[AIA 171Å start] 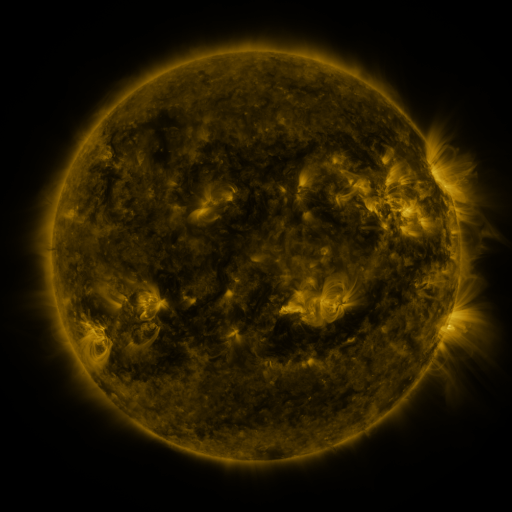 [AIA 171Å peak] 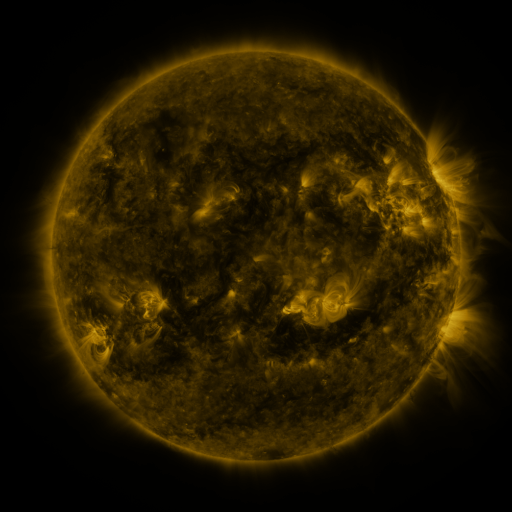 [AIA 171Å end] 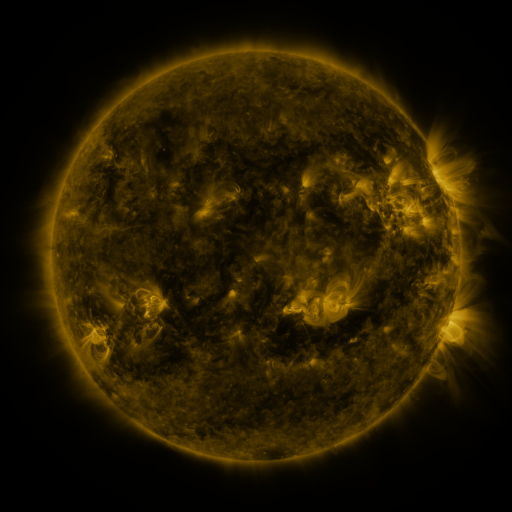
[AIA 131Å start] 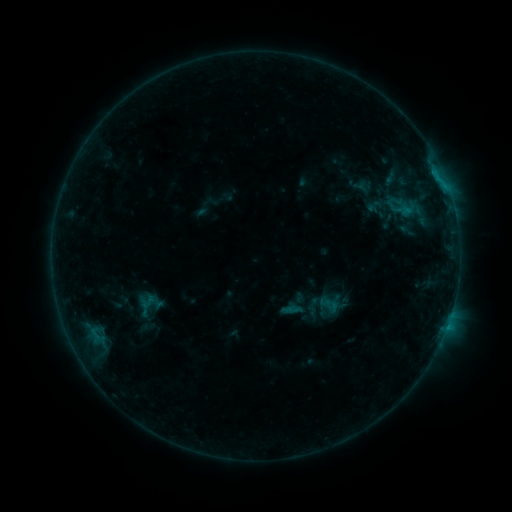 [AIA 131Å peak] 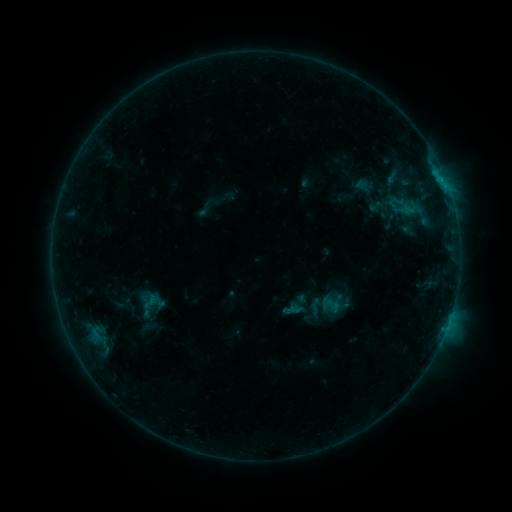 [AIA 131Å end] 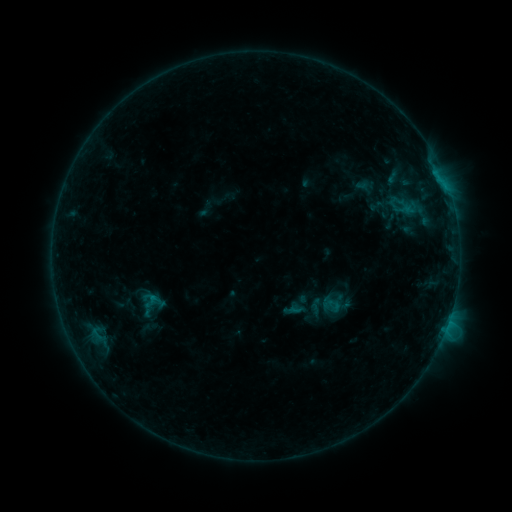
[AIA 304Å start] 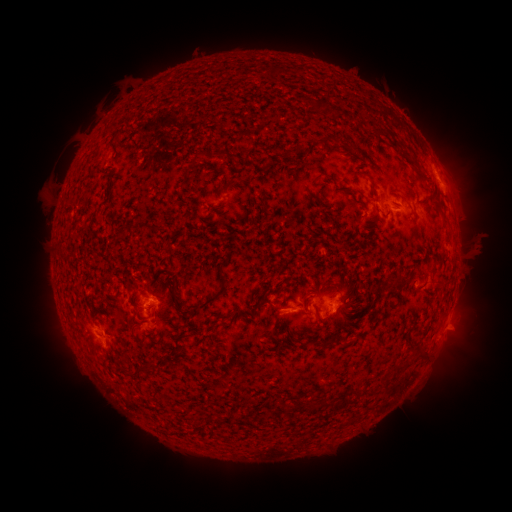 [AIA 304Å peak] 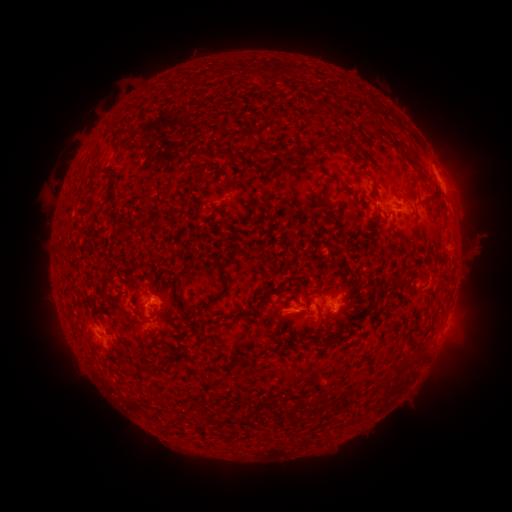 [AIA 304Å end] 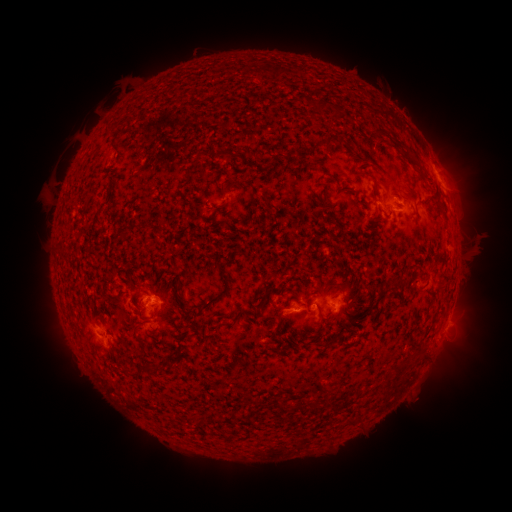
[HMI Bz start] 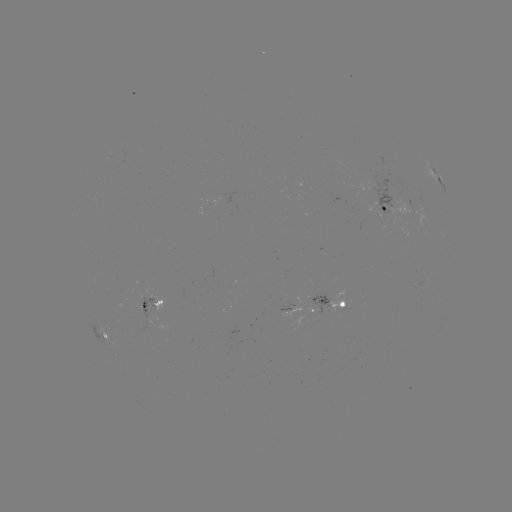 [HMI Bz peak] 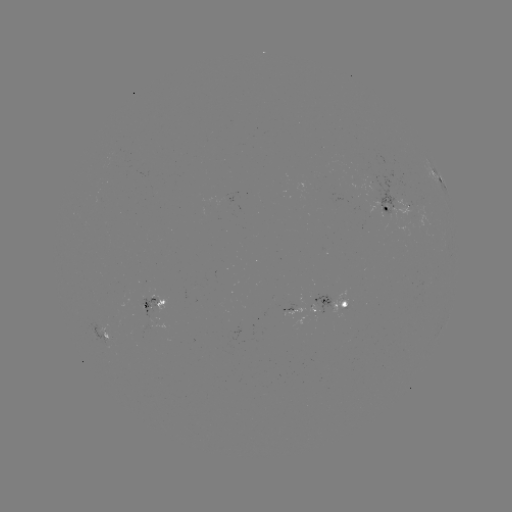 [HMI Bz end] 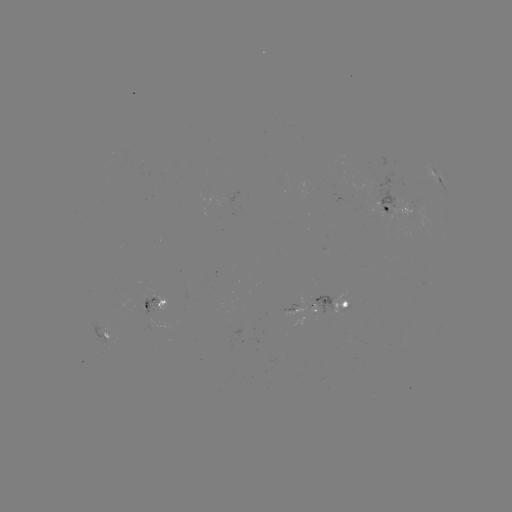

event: emerging-flux region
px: (345, 302)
